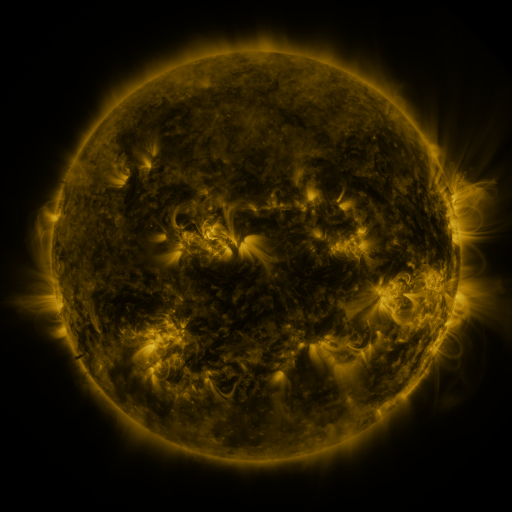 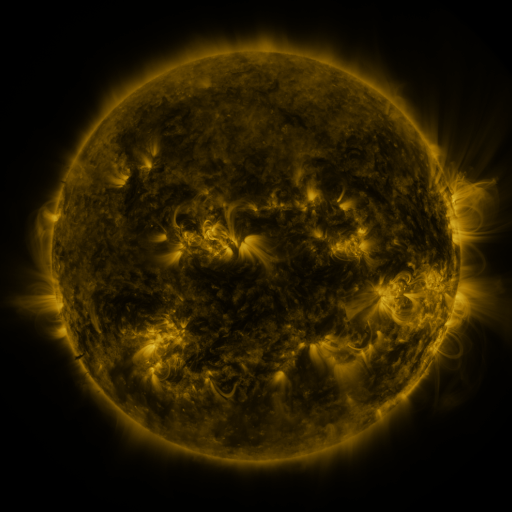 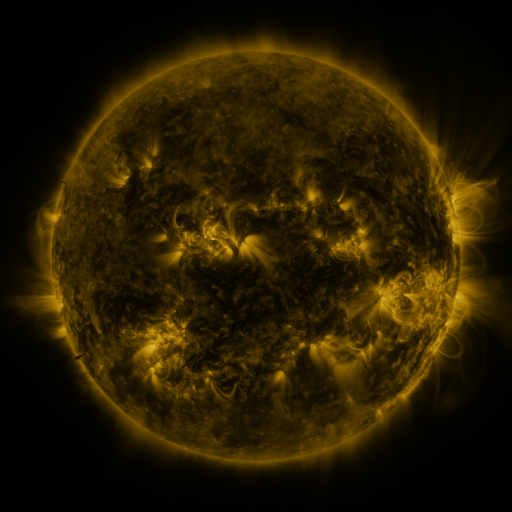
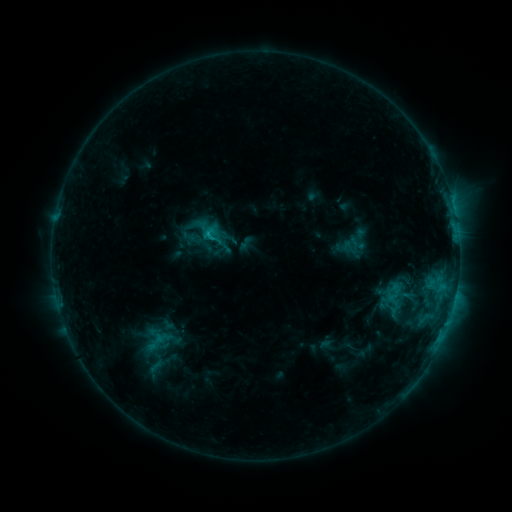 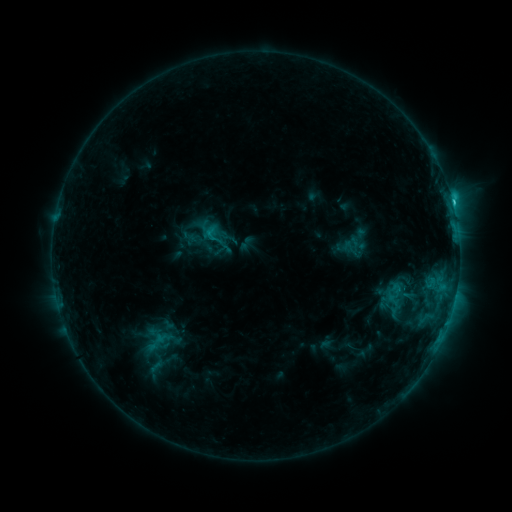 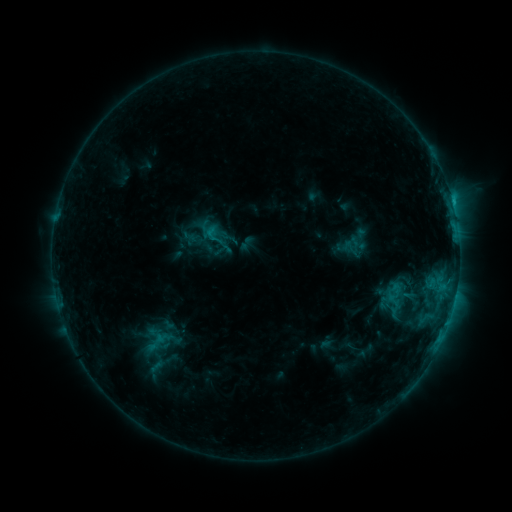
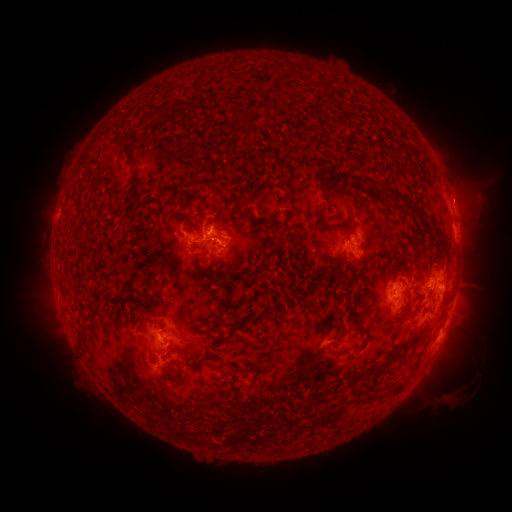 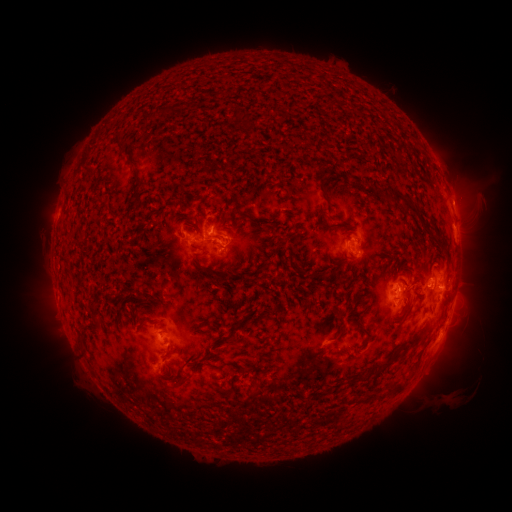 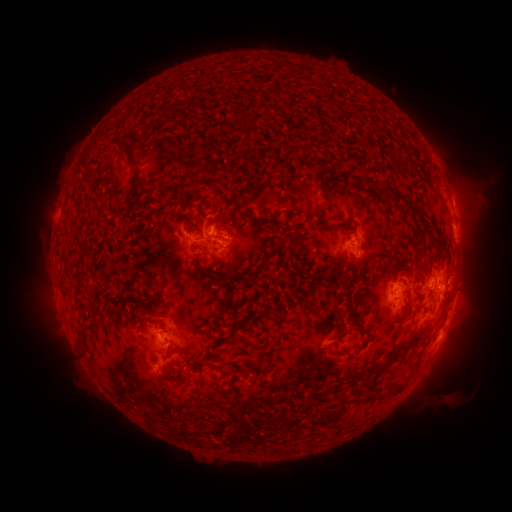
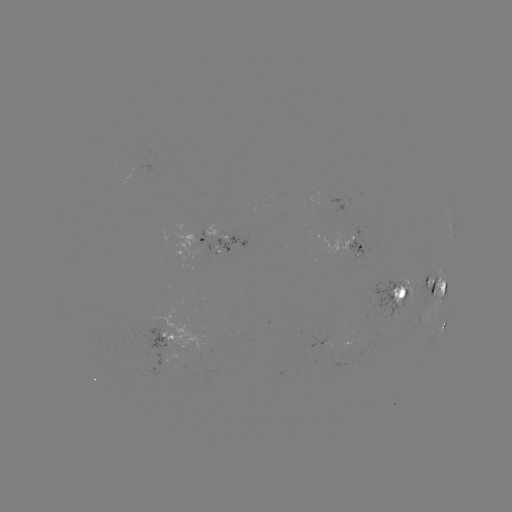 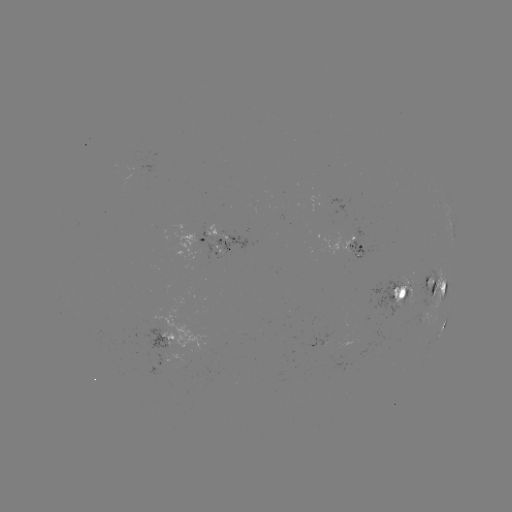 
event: flare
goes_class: C2.3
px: (452, 203)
